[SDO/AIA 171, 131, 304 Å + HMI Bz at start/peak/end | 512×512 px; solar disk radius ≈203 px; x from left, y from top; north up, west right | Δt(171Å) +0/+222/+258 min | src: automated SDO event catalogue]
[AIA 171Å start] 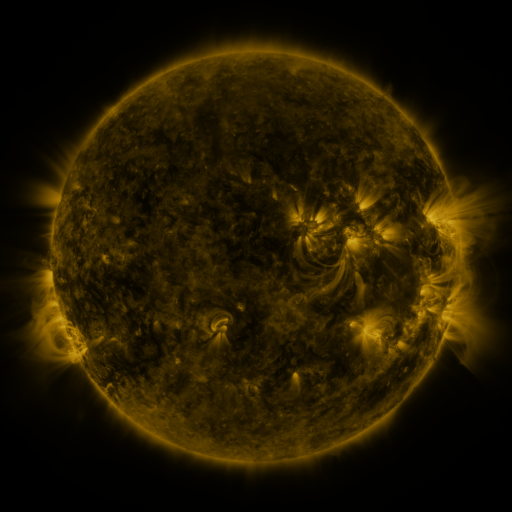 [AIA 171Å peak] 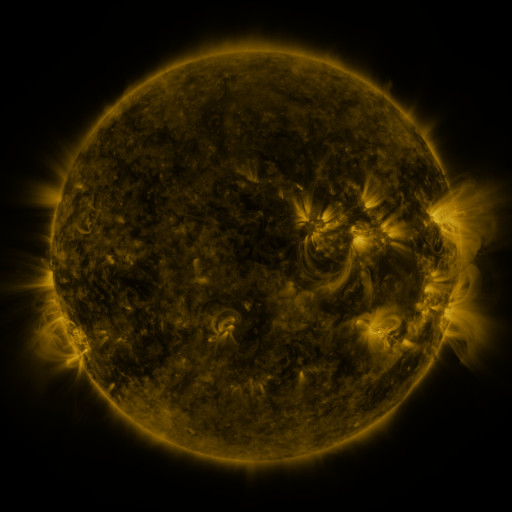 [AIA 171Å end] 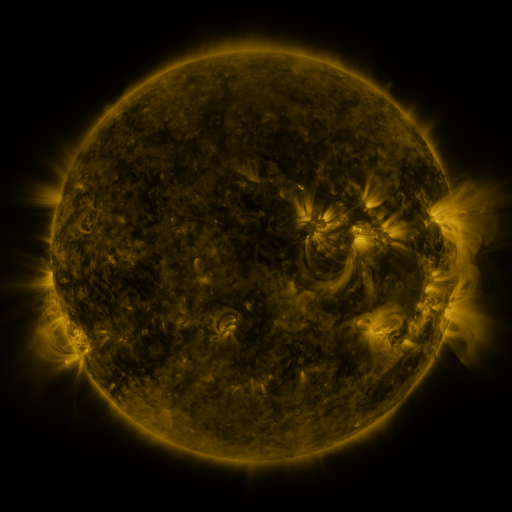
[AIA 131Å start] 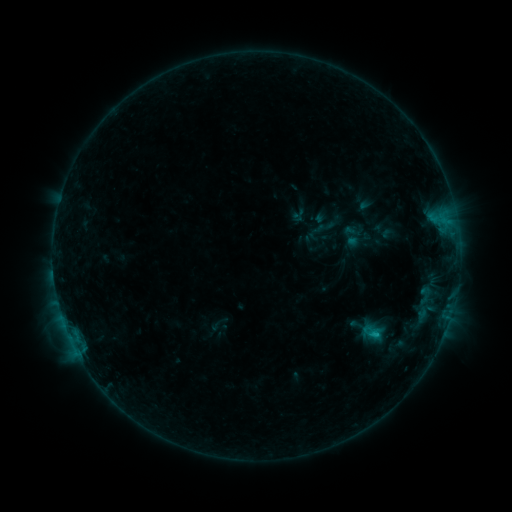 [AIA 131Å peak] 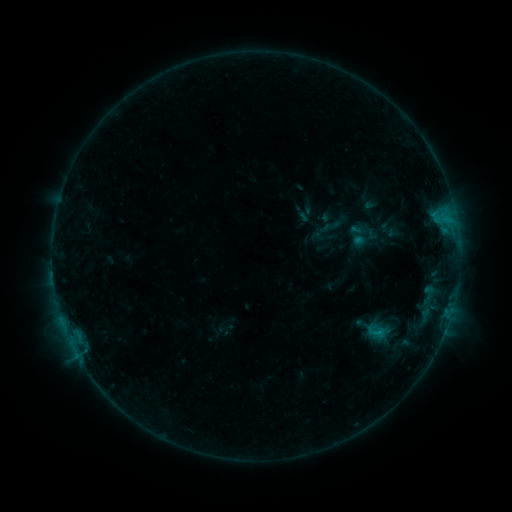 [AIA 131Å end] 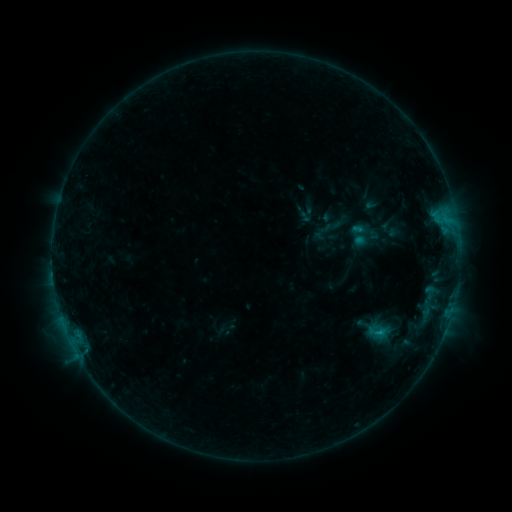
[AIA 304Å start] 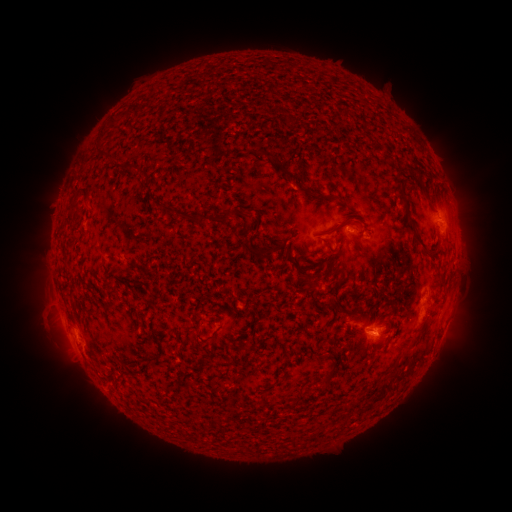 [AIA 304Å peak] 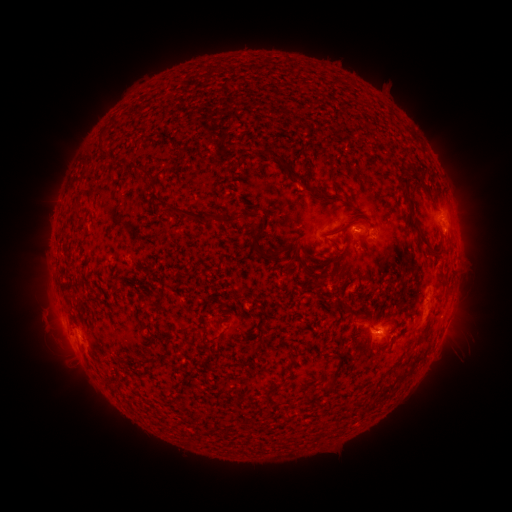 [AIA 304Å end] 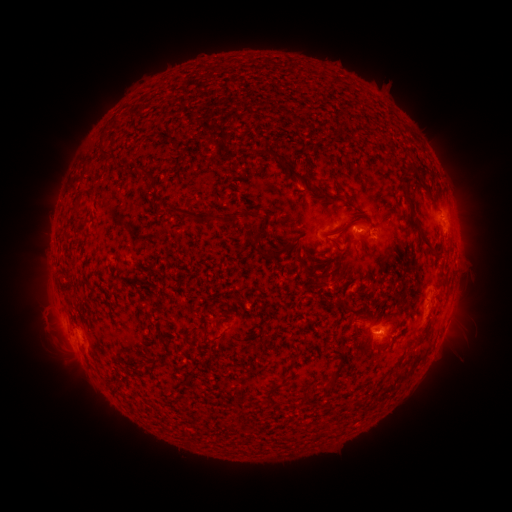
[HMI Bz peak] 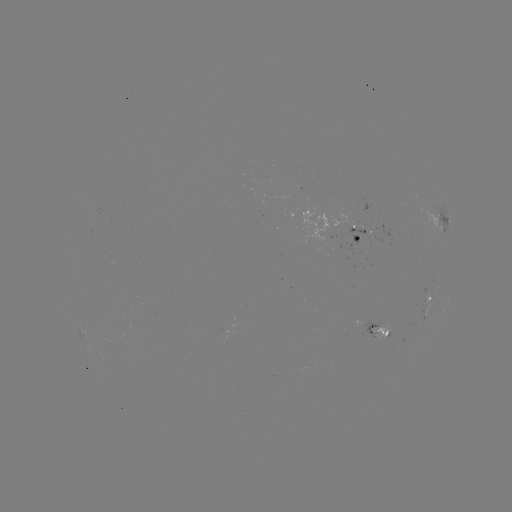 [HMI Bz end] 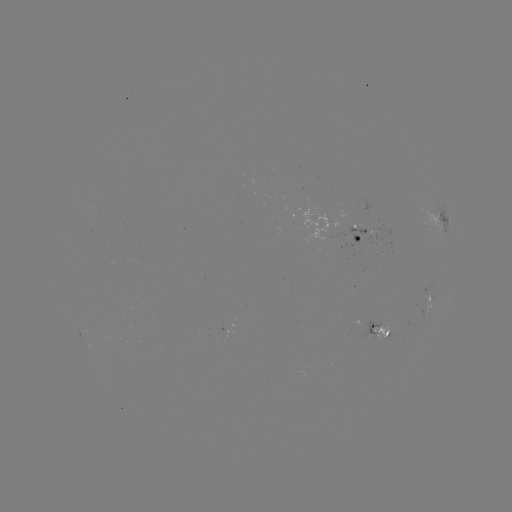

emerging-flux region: [180, 320, 189, 331]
